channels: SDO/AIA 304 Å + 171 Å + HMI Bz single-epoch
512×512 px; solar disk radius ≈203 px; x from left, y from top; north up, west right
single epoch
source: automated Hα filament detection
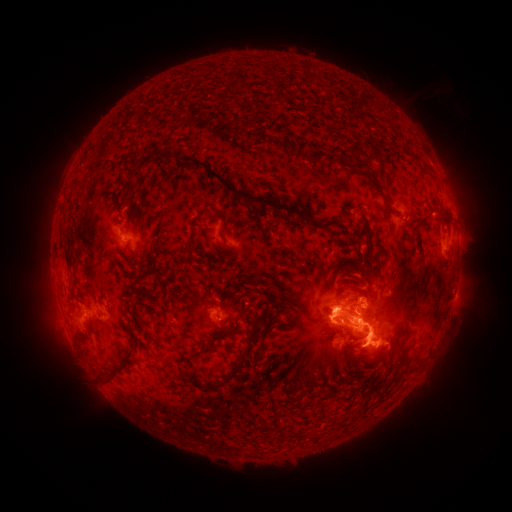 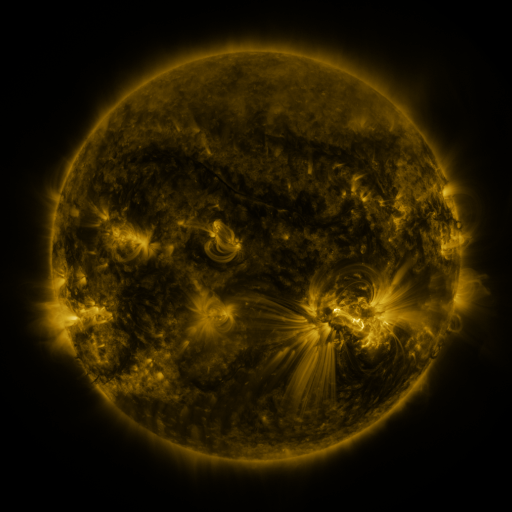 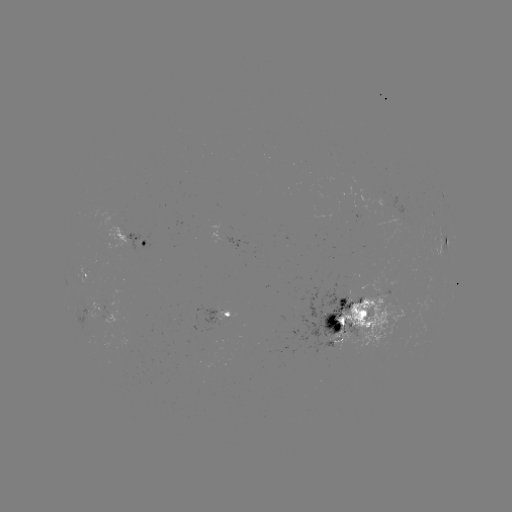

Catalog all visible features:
filament: (353, 156)
filament: (135, 176)
filament: (238, 195)
filament: (385, 201)
filament: (442, 214)
filament: (315, 224)
filament: (67, 260)
filament: (148, 293)
filament: (345, 303)
filament: (351, 310)
filament: (335, 326)
filament: (355, 334)
filament: (244, 362)
filament: (113, 380)
